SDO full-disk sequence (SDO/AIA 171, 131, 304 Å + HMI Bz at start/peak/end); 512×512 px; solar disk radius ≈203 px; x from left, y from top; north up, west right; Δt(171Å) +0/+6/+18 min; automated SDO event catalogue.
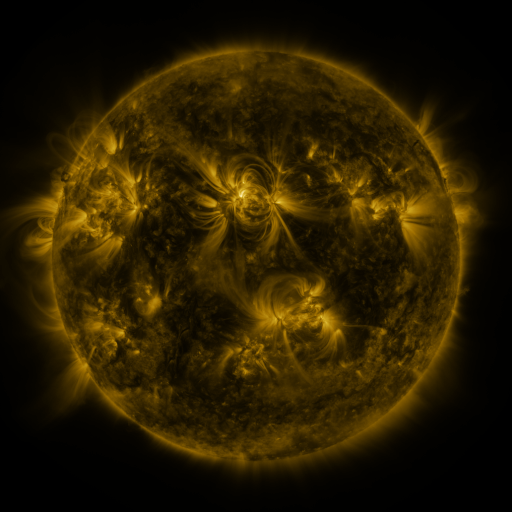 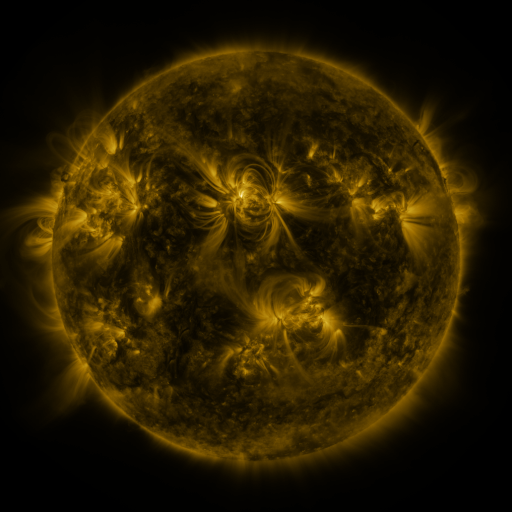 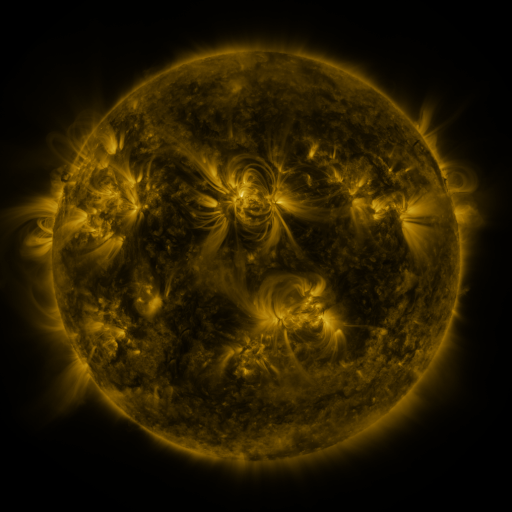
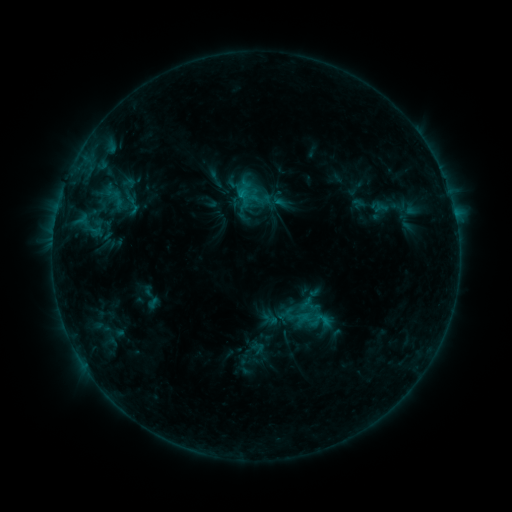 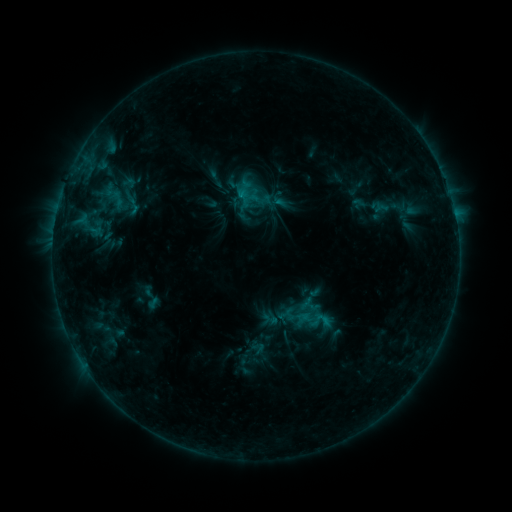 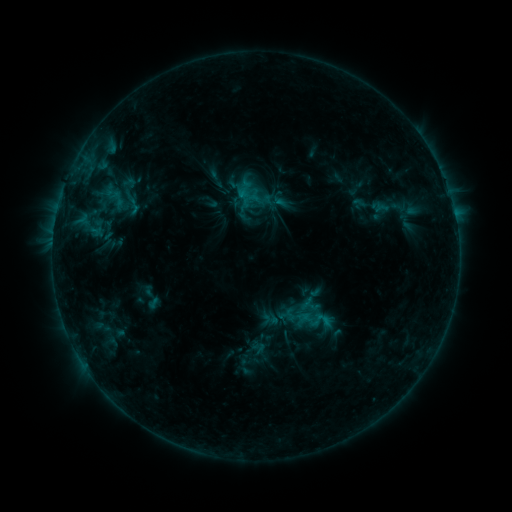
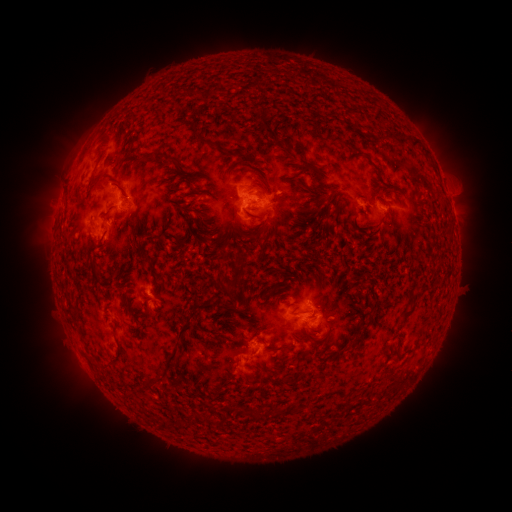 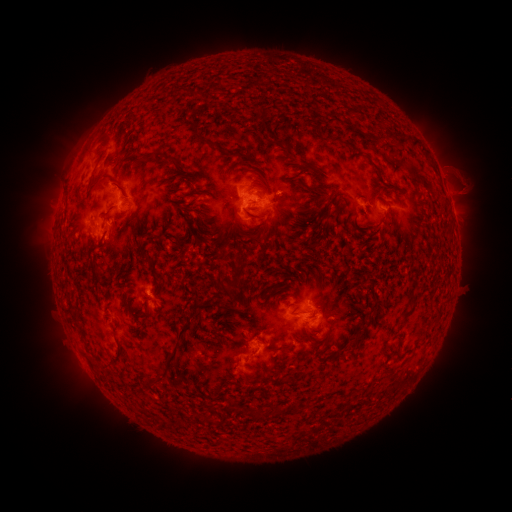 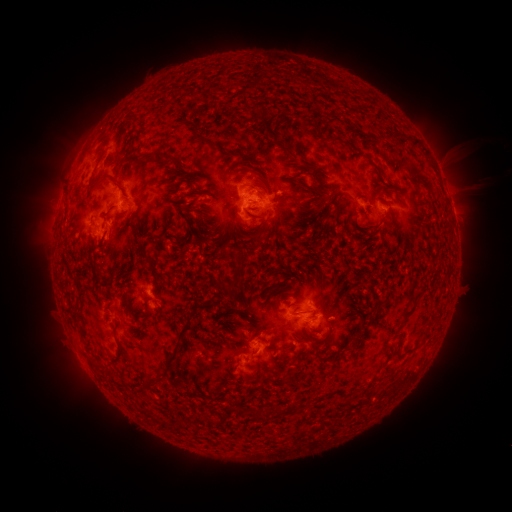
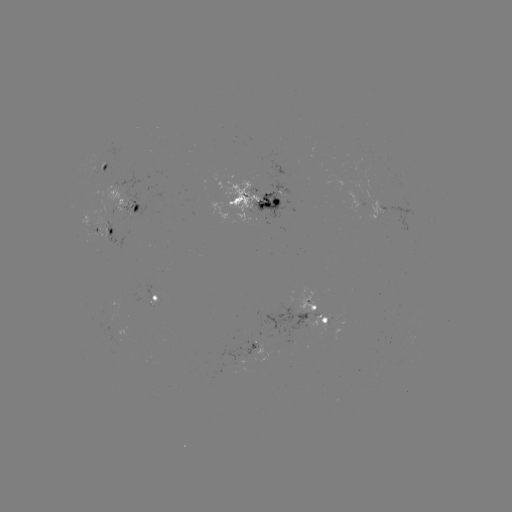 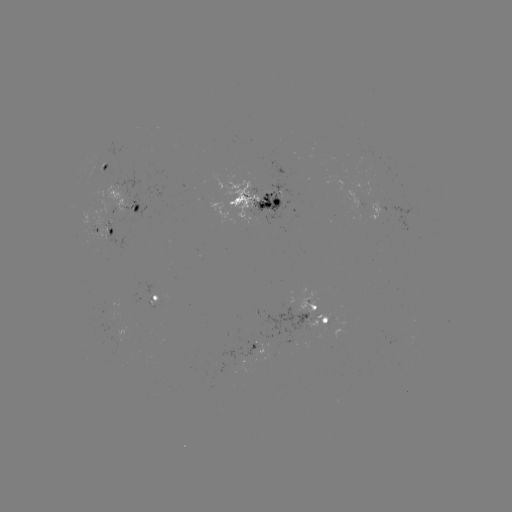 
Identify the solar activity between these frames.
eruption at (461, 176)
